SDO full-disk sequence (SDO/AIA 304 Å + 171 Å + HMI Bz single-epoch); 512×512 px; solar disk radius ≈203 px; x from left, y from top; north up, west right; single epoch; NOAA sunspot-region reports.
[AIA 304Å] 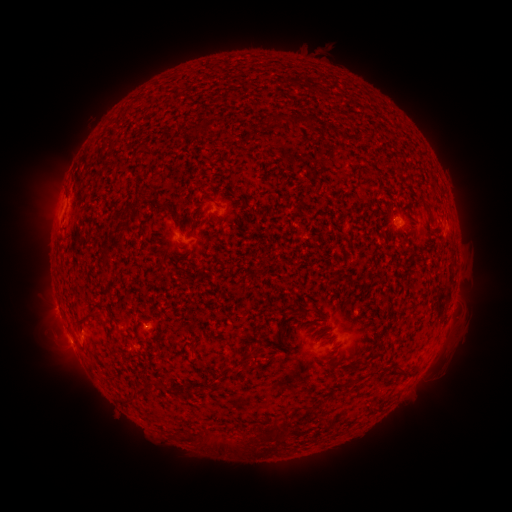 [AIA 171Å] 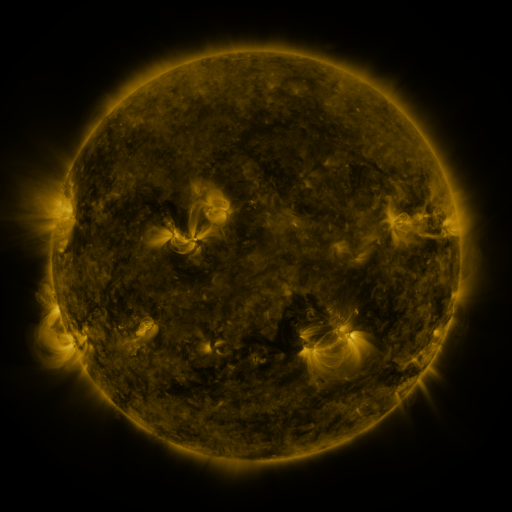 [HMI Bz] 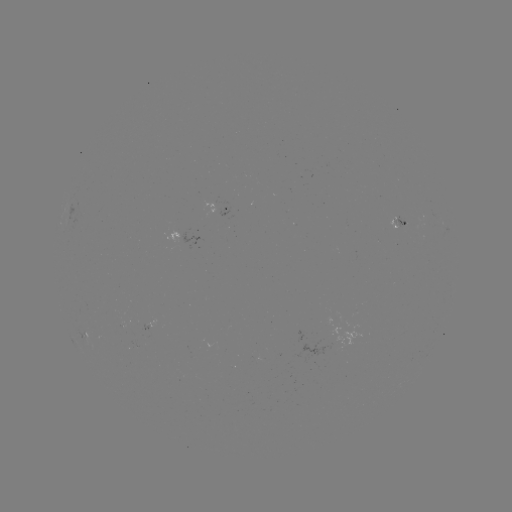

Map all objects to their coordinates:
spotted active region: (222, 209)
spotted active region: (401, 222)
spotted active region: (155, 323)
spotted active region: (87, 331)
